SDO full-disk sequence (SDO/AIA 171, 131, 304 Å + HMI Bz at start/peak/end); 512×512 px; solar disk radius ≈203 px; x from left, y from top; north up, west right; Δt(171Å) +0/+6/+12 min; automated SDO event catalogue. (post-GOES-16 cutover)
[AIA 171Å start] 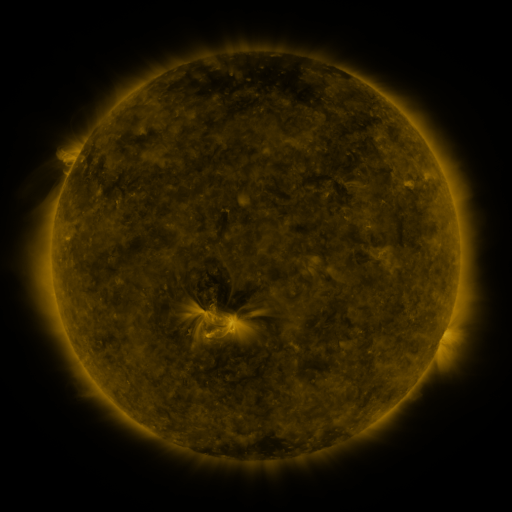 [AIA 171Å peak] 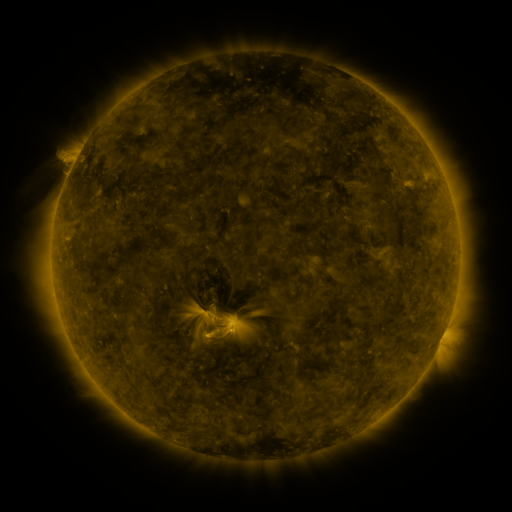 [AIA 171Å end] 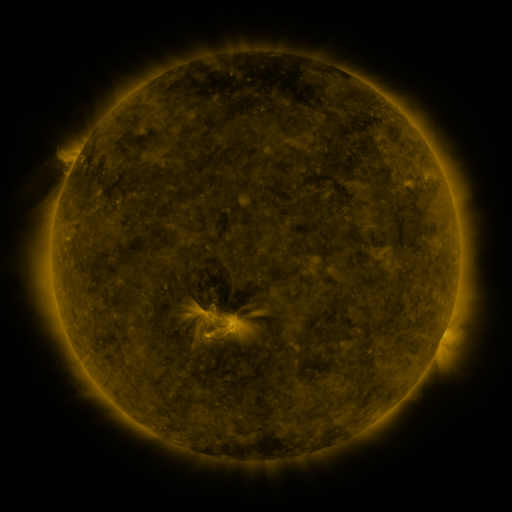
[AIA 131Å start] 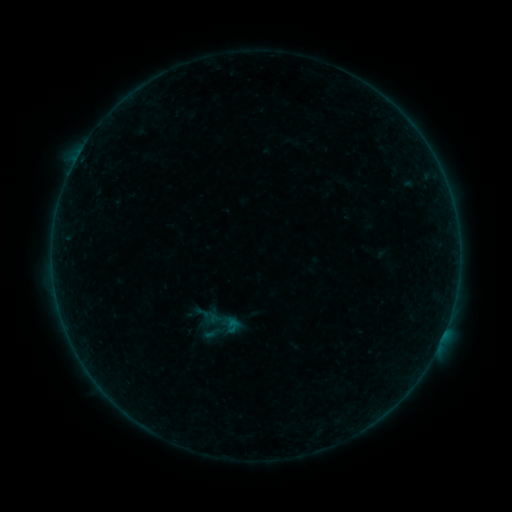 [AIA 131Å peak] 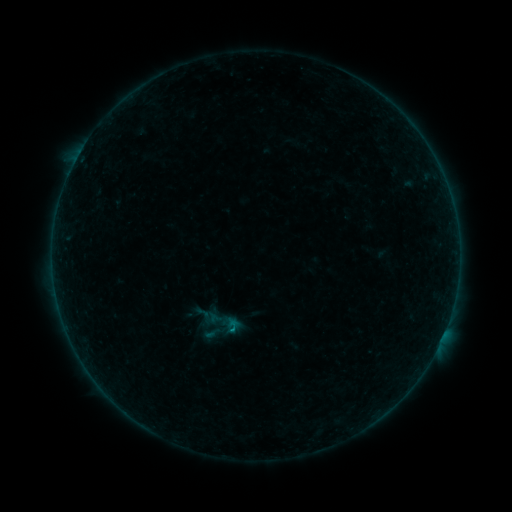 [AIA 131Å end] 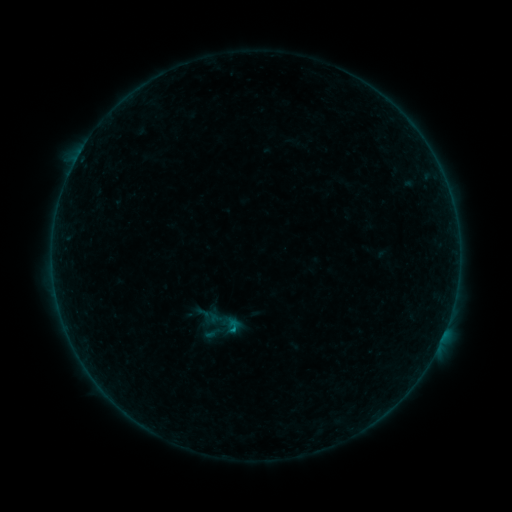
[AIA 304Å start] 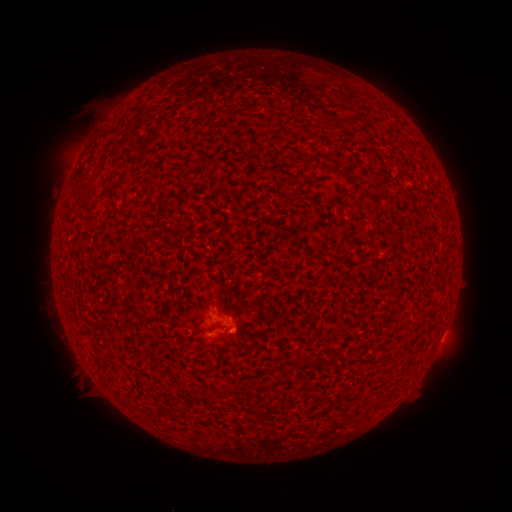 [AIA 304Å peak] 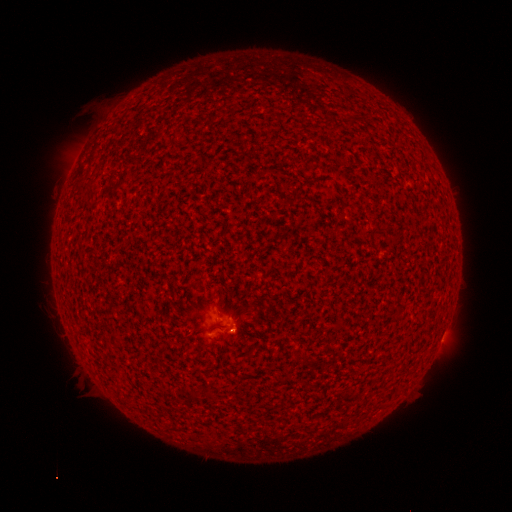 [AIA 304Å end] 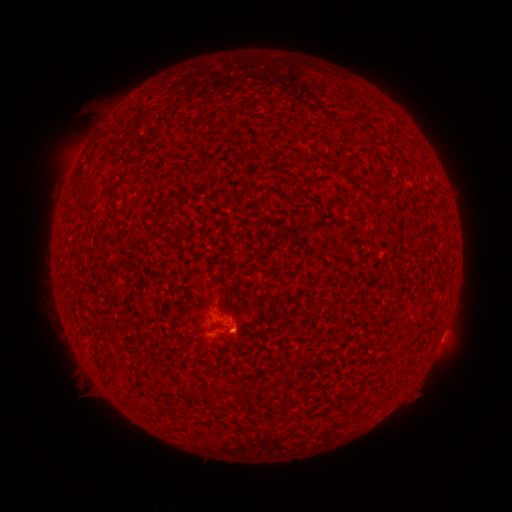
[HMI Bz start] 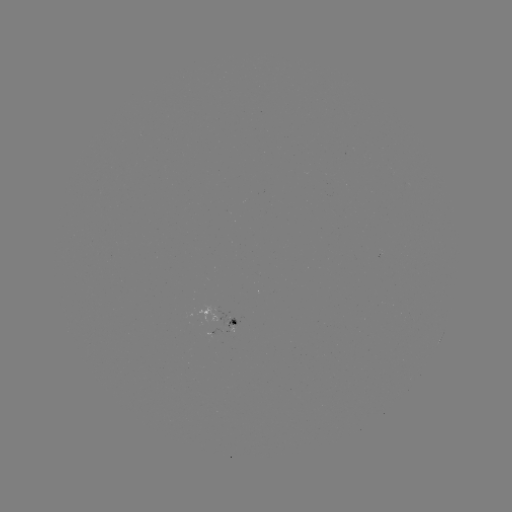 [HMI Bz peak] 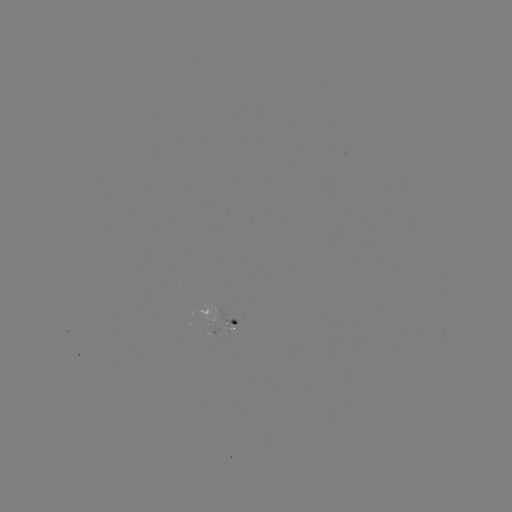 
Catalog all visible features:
B2.7 flare: (235, 327)
